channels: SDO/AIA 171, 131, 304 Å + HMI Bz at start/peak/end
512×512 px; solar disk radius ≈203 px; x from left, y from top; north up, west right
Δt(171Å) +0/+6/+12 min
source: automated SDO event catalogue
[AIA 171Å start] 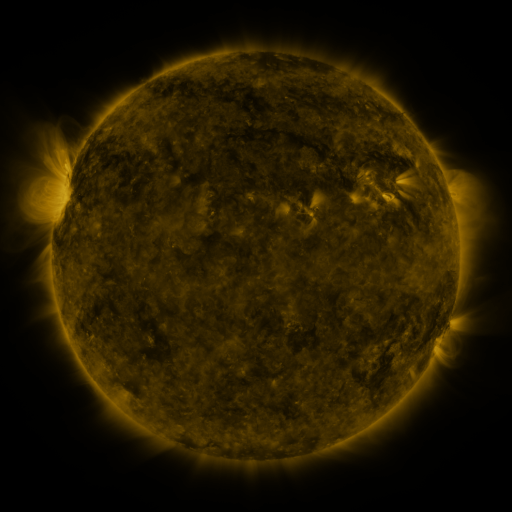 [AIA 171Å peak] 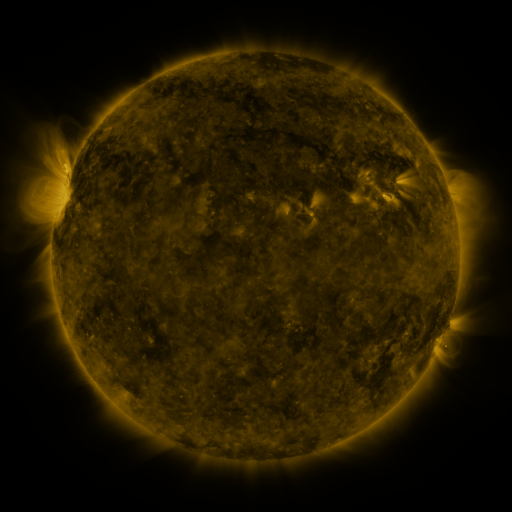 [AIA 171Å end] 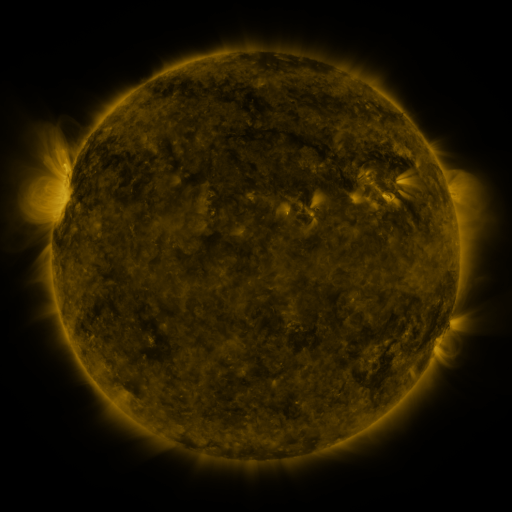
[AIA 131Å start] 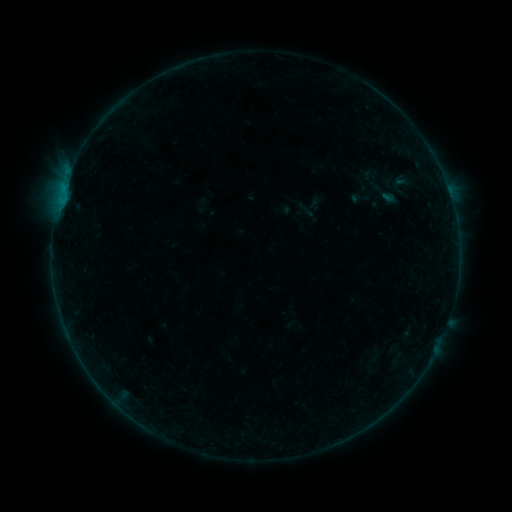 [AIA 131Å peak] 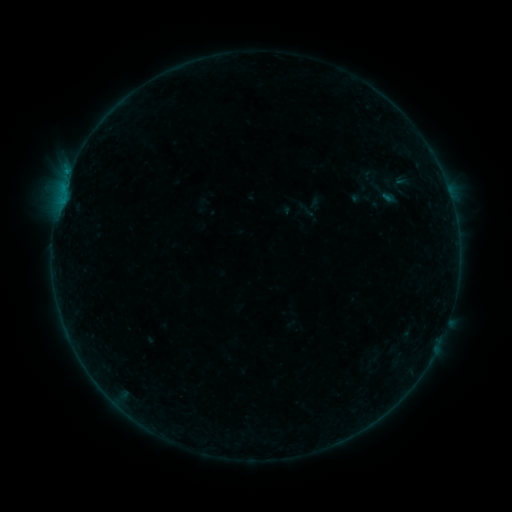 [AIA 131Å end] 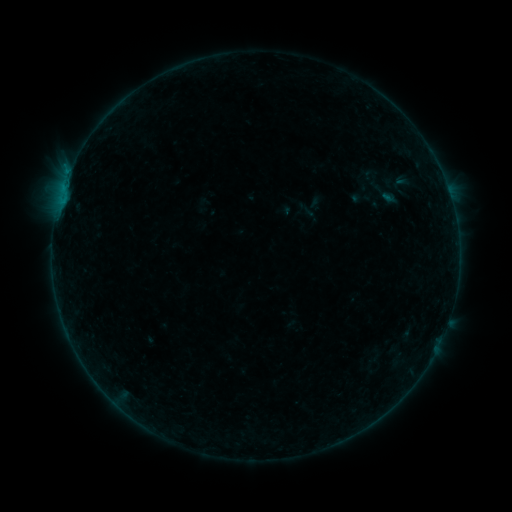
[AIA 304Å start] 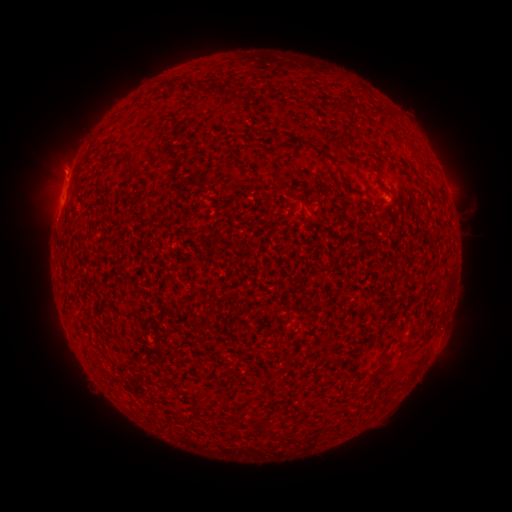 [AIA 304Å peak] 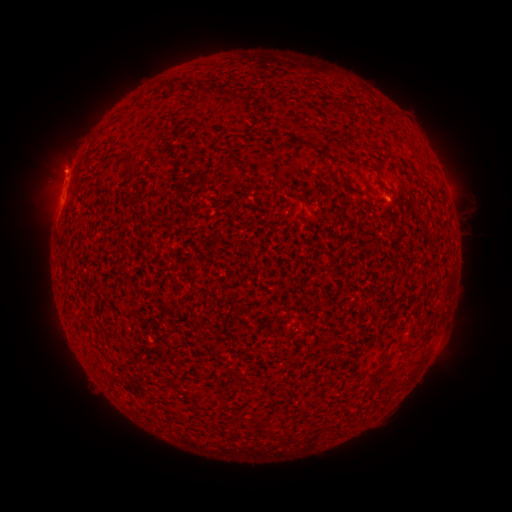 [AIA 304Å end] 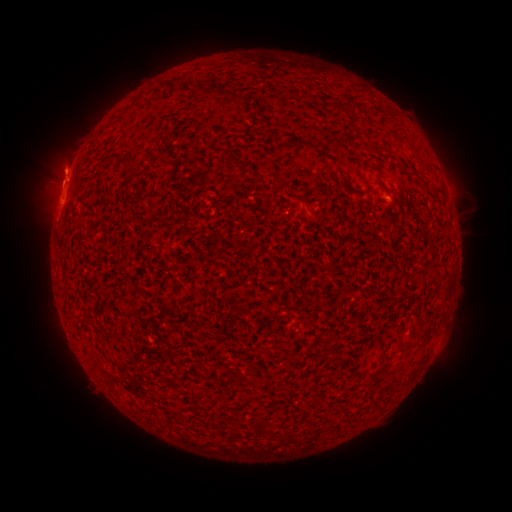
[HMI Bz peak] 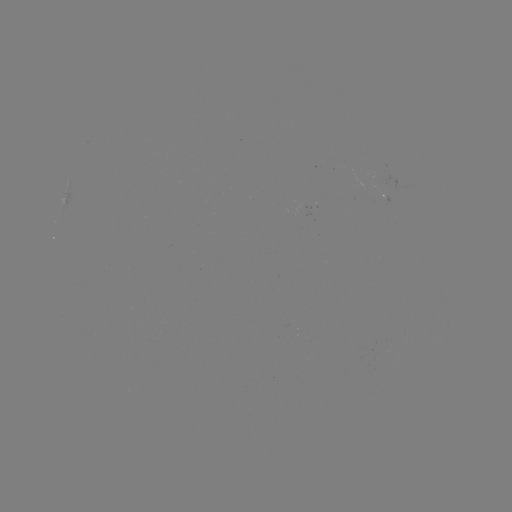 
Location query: B3.3 flare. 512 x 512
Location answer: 385,202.